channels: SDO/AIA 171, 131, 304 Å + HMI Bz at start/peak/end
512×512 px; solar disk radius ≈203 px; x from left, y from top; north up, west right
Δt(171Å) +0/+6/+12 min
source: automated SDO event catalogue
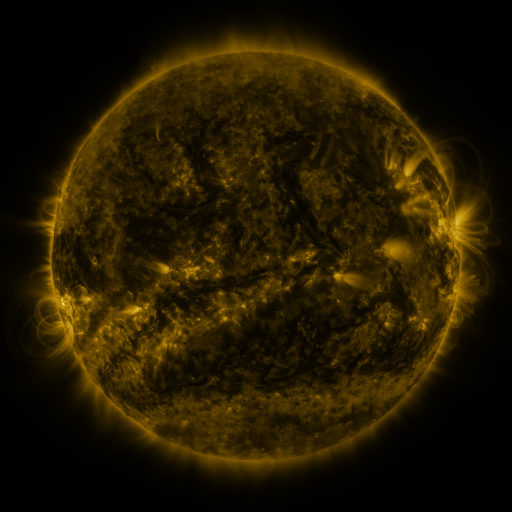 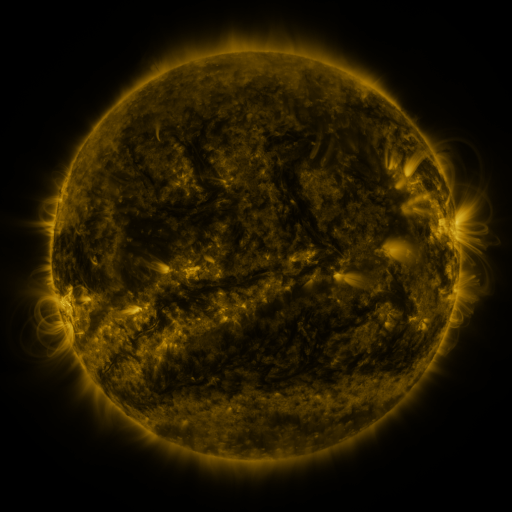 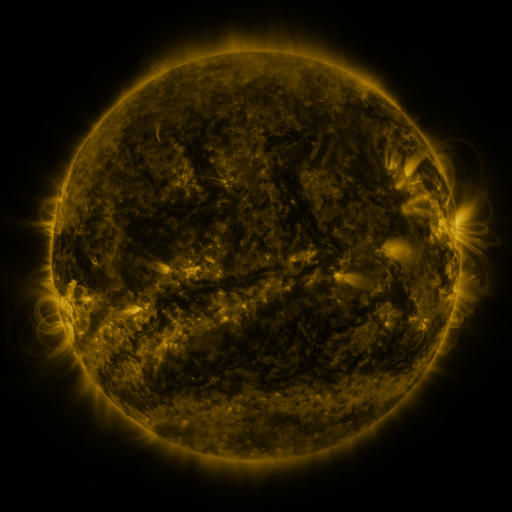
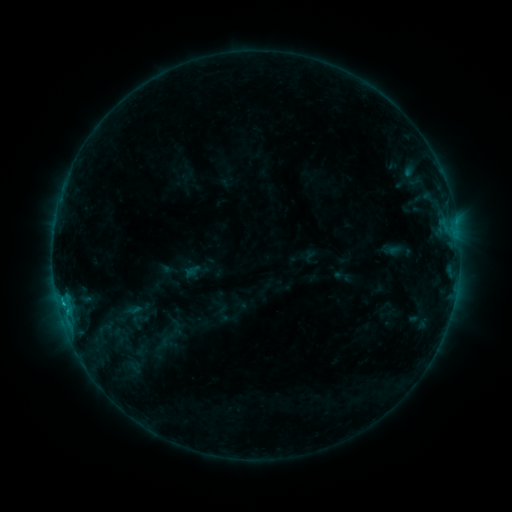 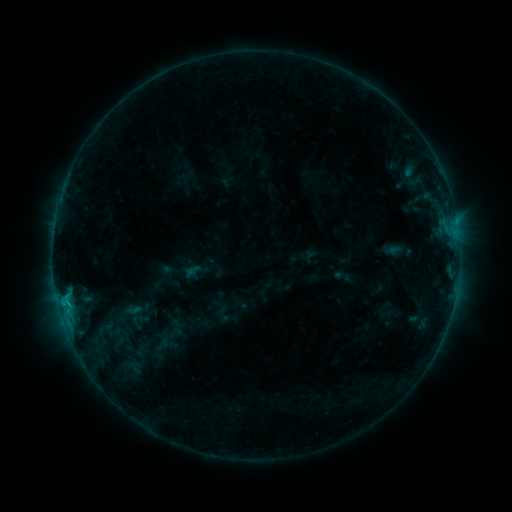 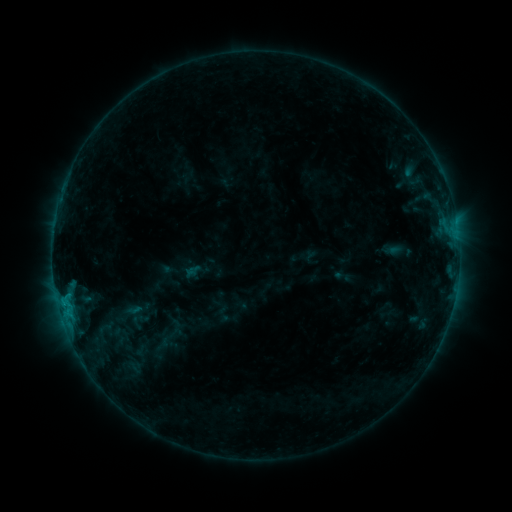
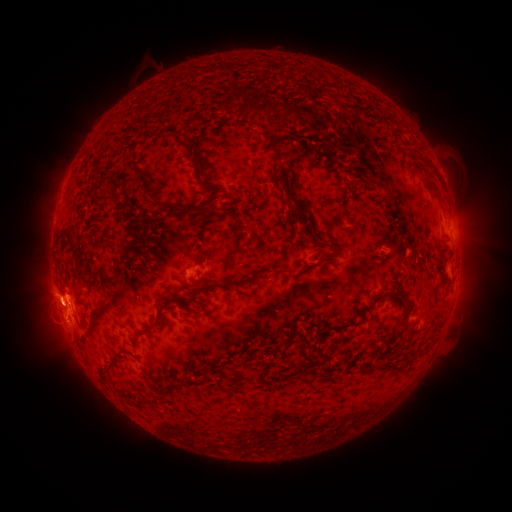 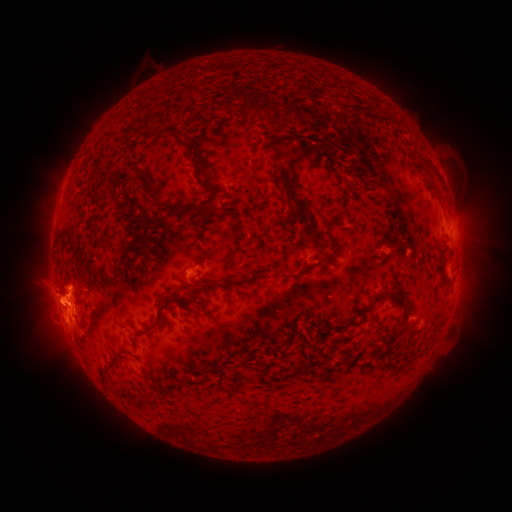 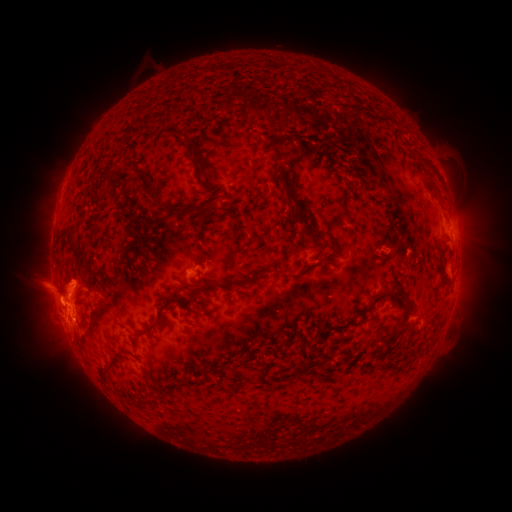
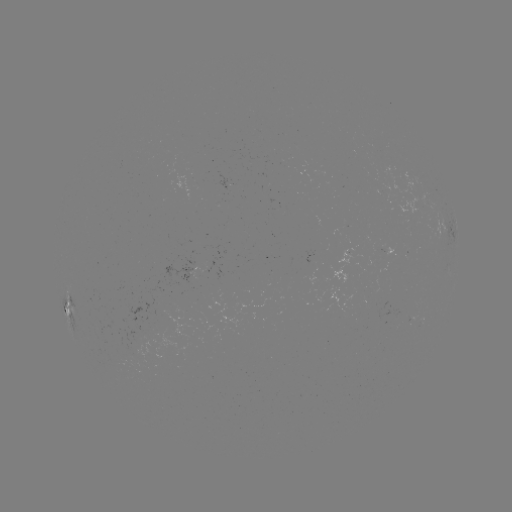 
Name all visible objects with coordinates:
C1.2 flare: (68, 293)
